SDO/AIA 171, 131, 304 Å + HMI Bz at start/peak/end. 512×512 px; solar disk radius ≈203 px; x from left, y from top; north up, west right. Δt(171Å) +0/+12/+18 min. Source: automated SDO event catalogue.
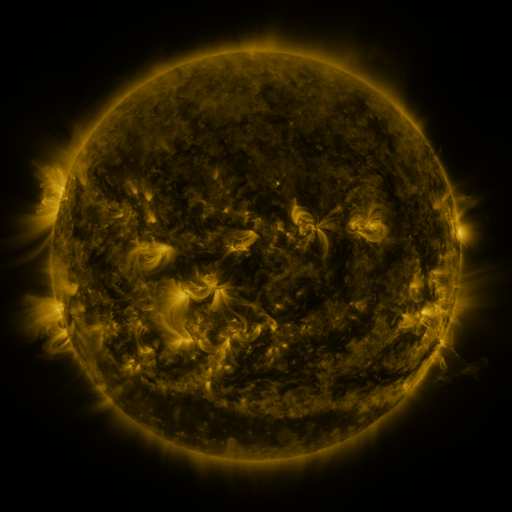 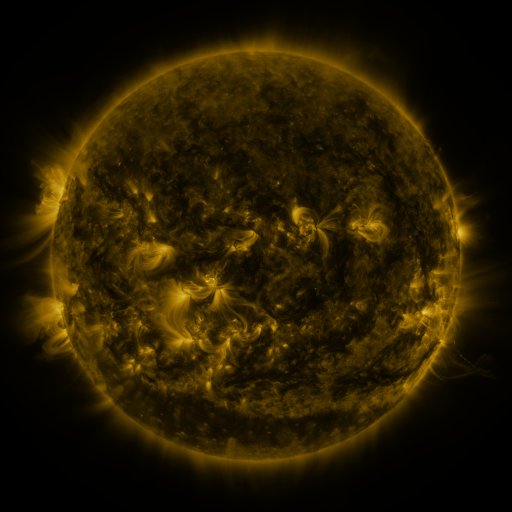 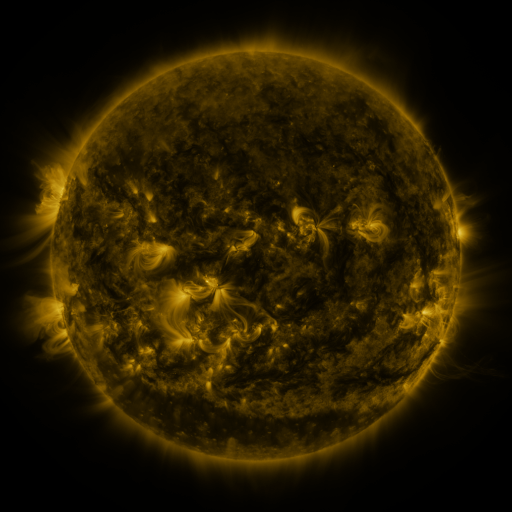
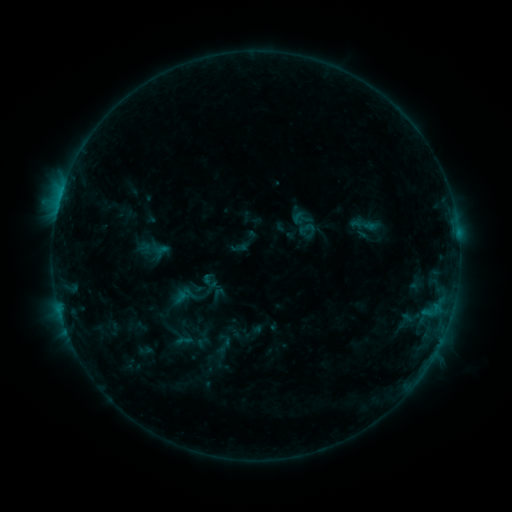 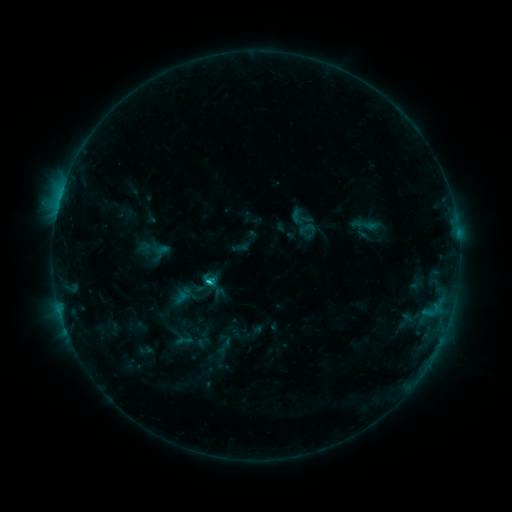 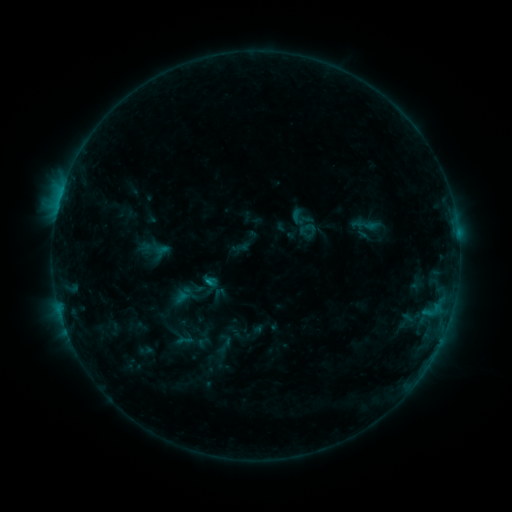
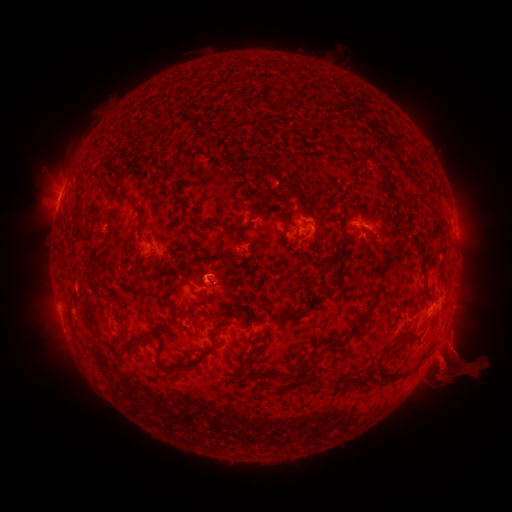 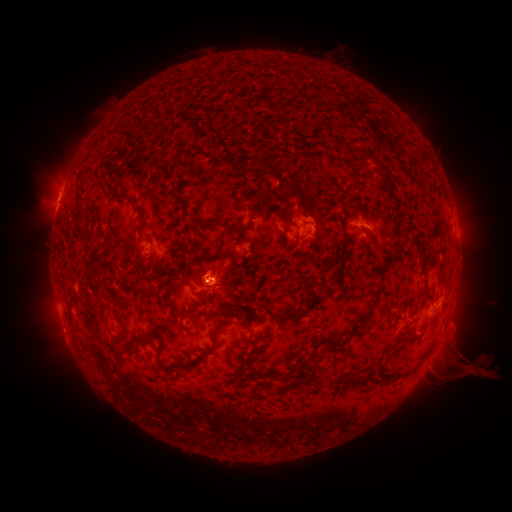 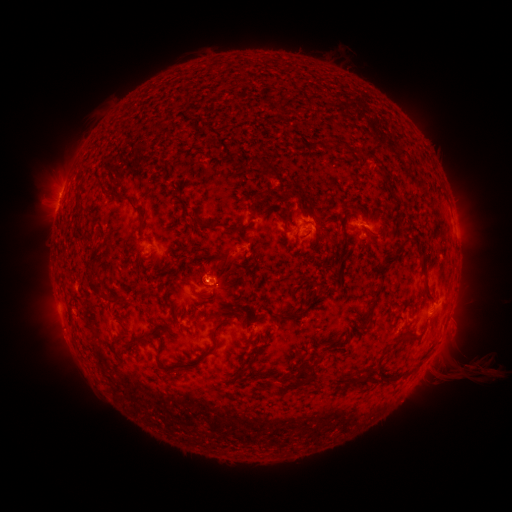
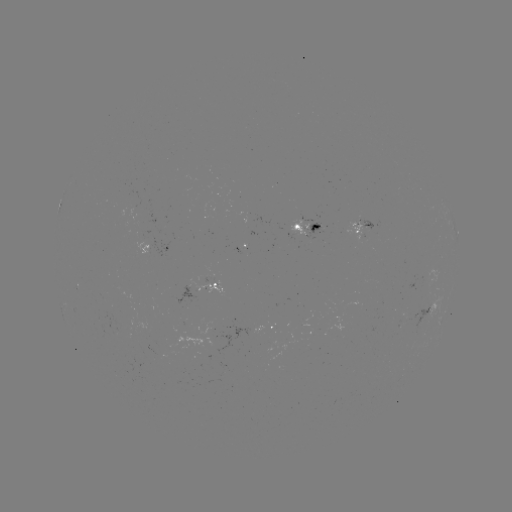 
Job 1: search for C1.3 flare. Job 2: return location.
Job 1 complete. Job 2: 210,280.